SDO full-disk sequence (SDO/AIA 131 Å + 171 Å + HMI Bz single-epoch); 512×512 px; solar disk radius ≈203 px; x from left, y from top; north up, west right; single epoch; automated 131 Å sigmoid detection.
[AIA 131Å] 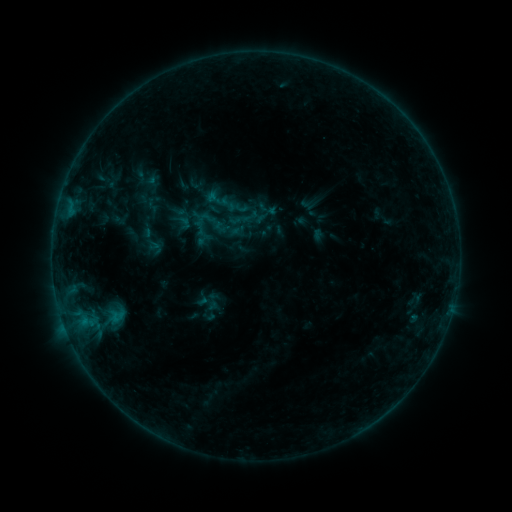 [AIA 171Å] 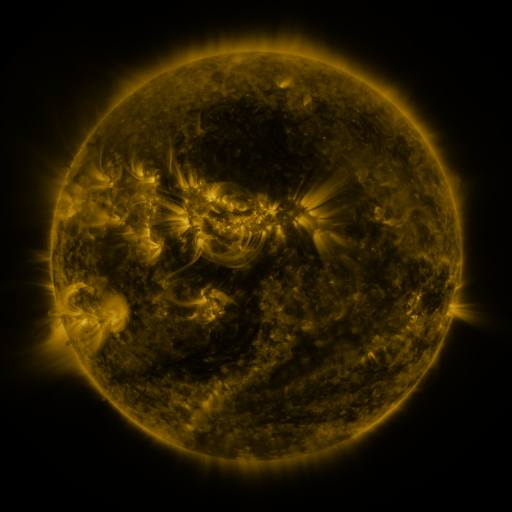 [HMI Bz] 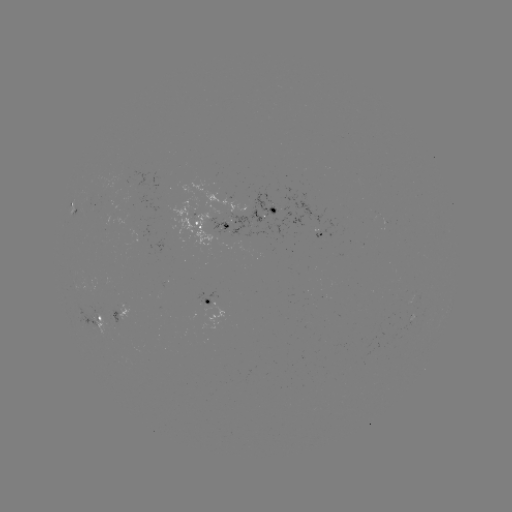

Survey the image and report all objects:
sigmoid: (266, 209)
